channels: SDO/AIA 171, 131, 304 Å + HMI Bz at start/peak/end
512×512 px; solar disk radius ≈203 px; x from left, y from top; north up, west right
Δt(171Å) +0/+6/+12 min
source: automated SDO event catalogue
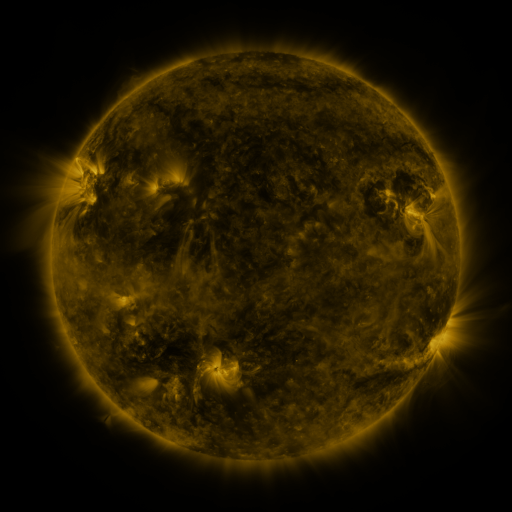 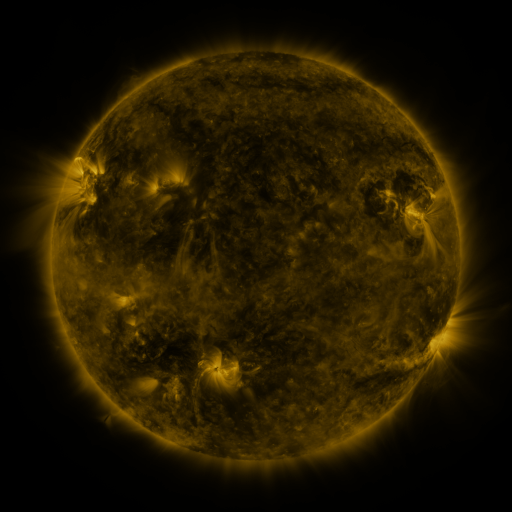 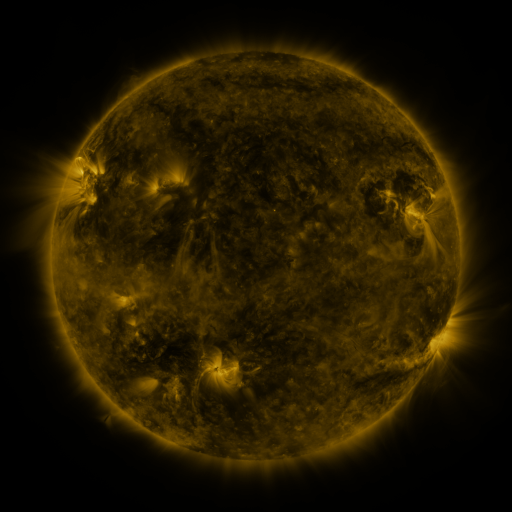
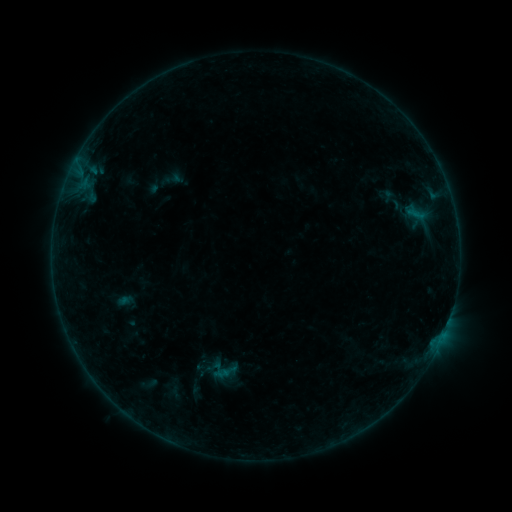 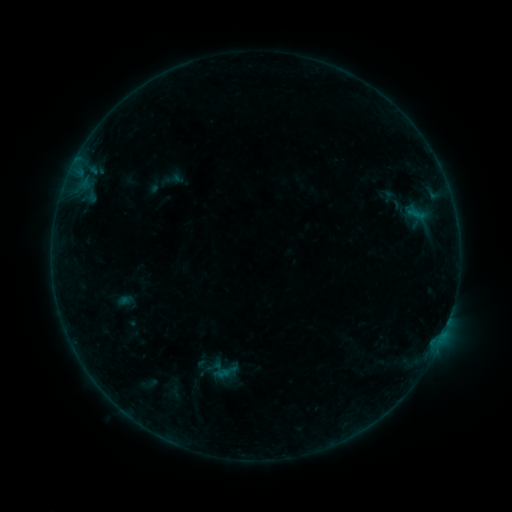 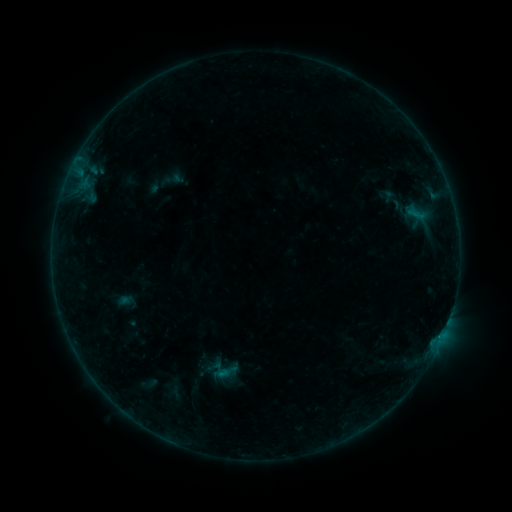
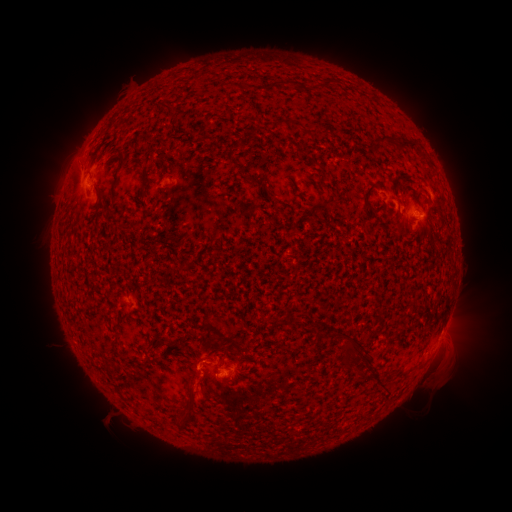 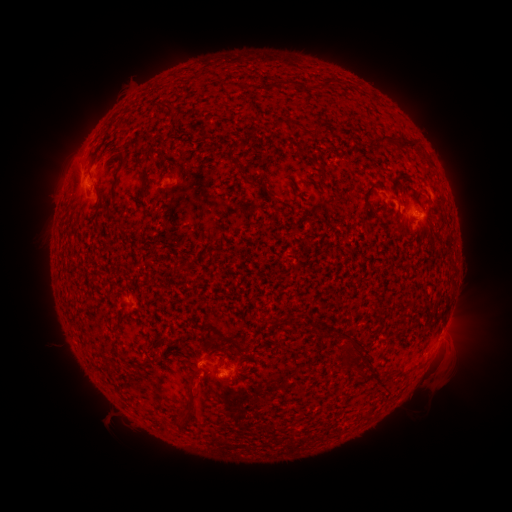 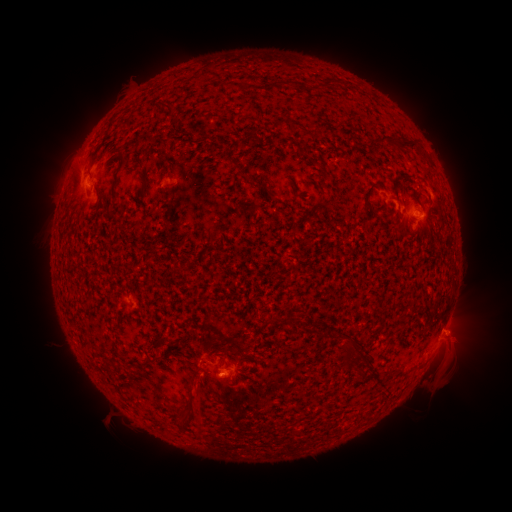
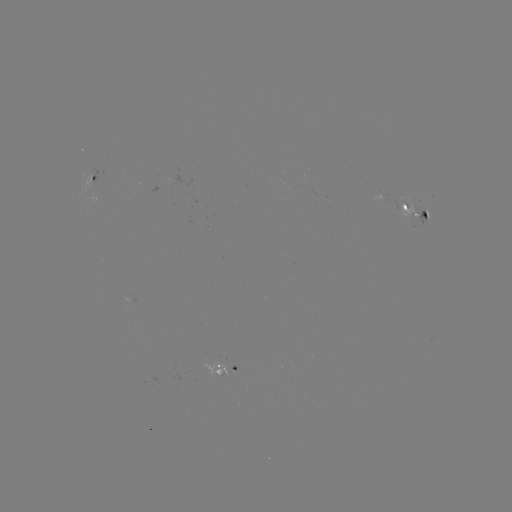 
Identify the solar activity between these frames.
eruption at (458, 341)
